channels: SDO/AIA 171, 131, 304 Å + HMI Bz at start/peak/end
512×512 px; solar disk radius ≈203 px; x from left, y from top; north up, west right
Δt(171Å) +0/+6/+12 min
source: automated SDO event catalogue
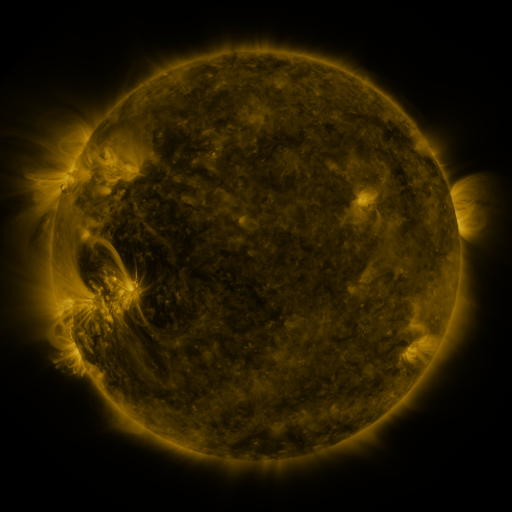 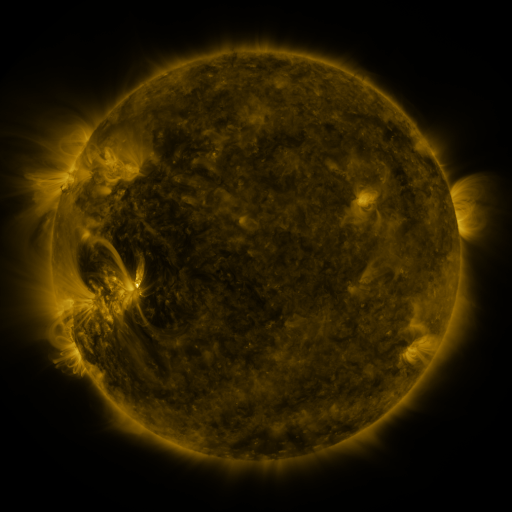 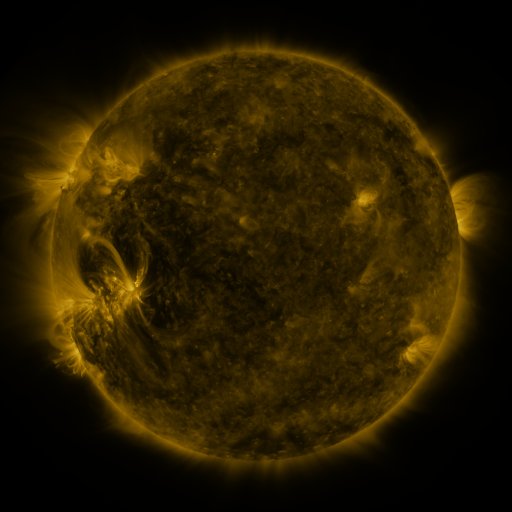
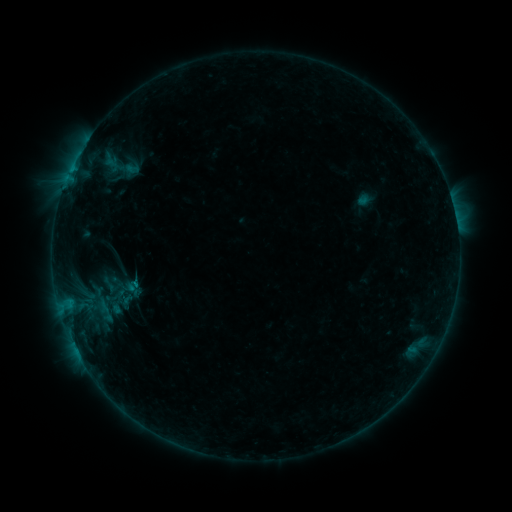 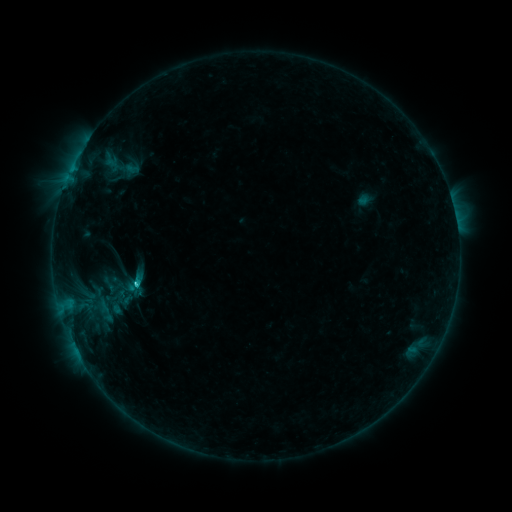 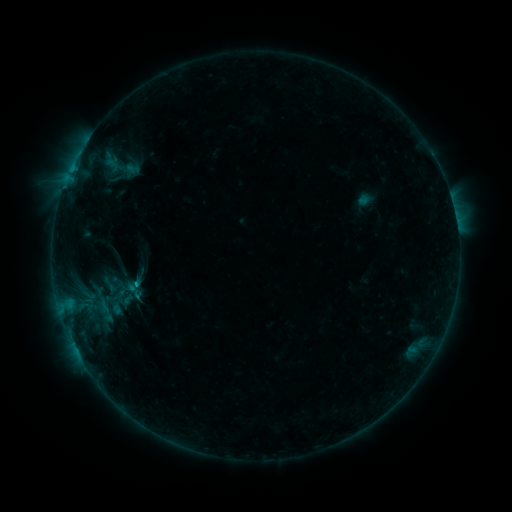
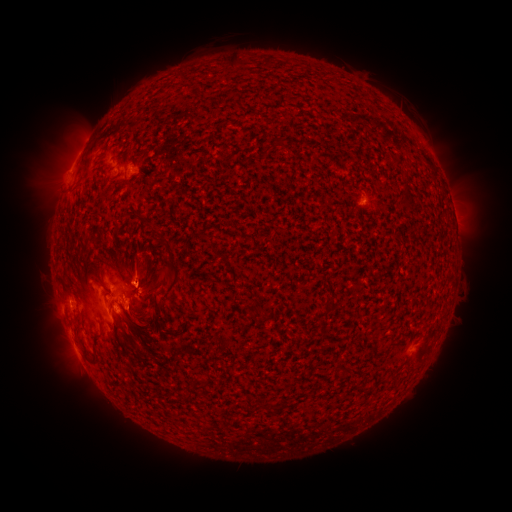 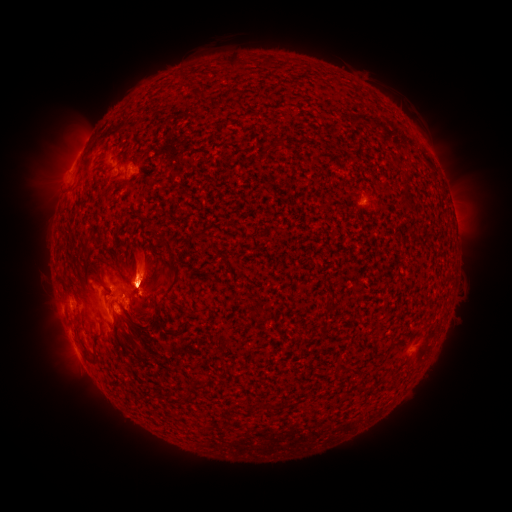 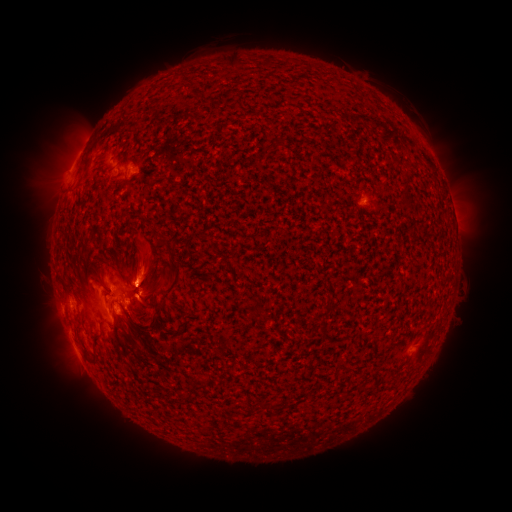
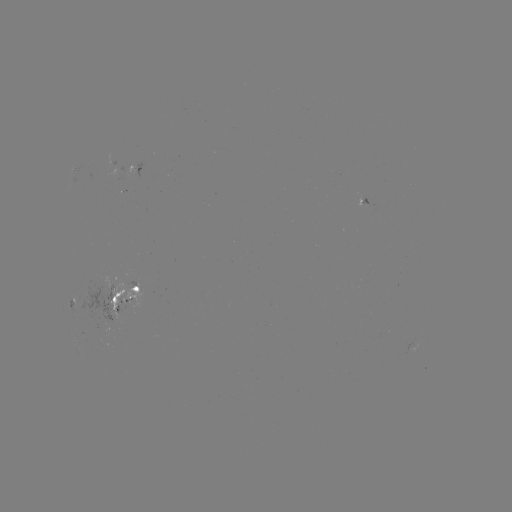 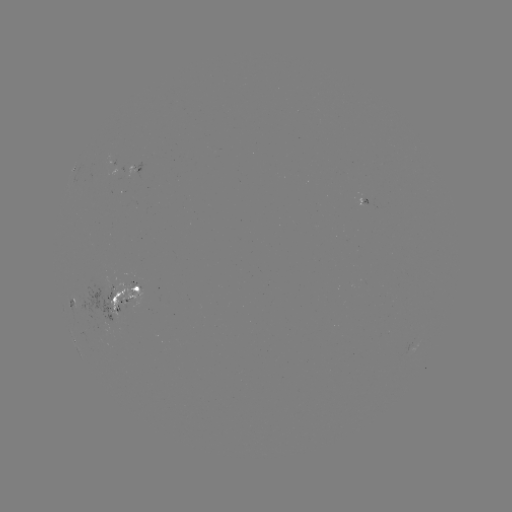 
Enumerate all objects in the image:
eruption: (42, 260)
